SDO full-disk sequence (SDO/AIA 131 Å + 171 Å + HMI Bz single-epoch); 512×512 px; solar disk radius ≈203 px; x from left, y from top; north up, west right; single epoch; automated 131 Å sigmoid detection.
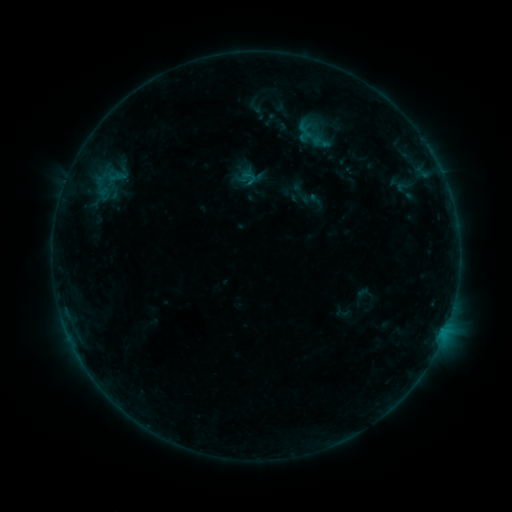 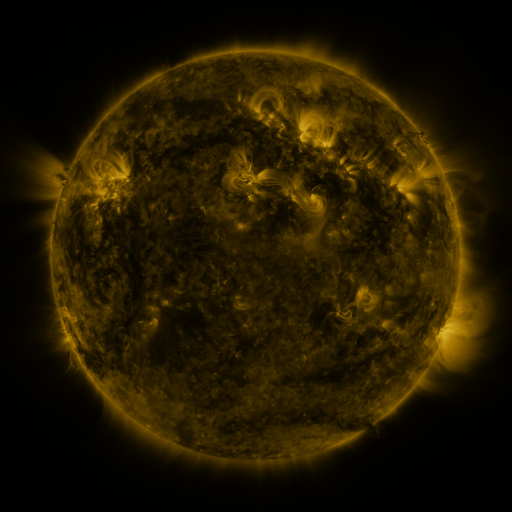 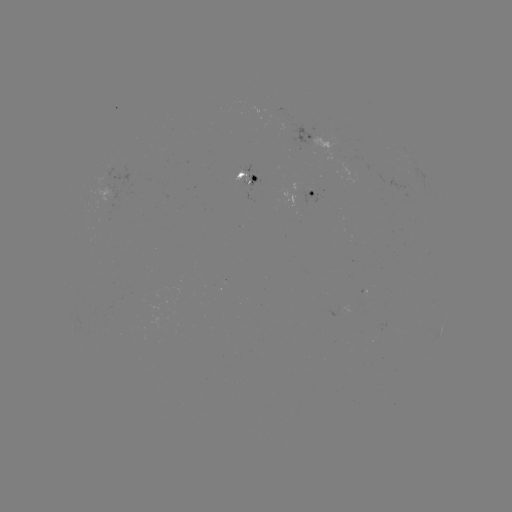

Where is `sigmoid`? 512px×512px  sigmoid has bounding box [307, 131, 336, 153].